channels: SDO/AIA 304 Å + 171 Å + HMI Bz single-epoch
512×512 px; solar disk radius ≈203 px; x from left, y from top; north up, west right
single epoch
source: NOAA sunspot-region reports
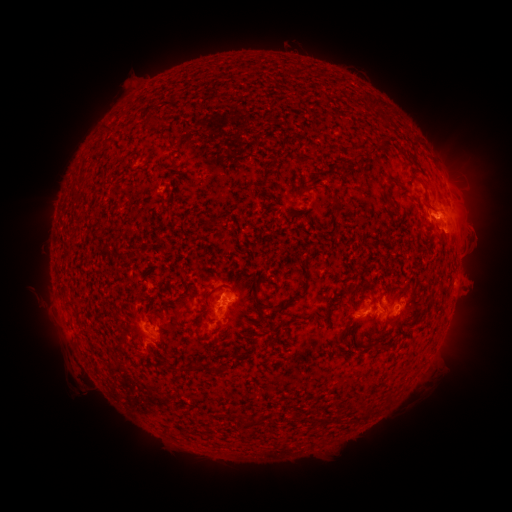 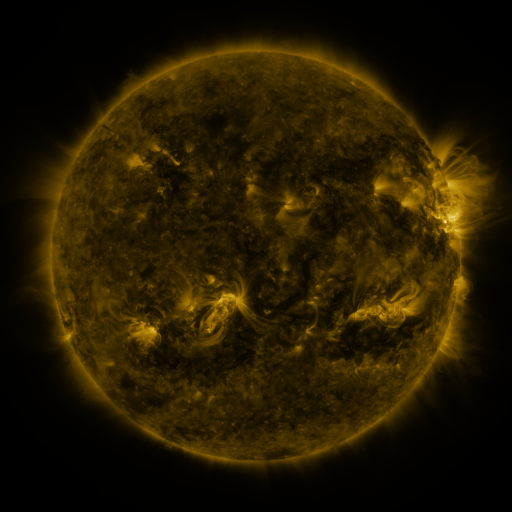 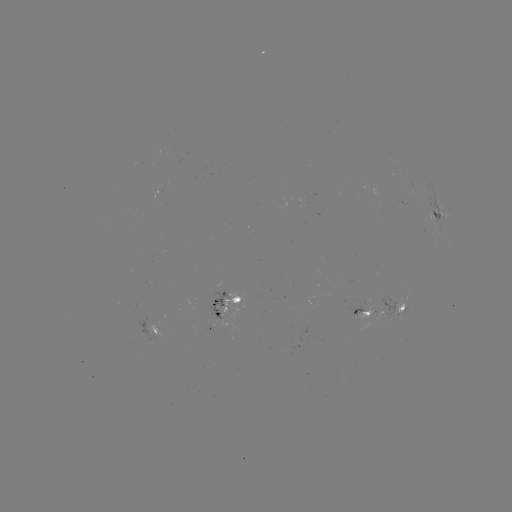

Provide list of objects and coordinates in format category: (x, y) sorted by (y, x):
spotted active region: (436, 215)
spotted active region: (225, 297)
spotted active region: (397, 306)
spotted active region: (368, 310)
spotted active region: (161, 330)
